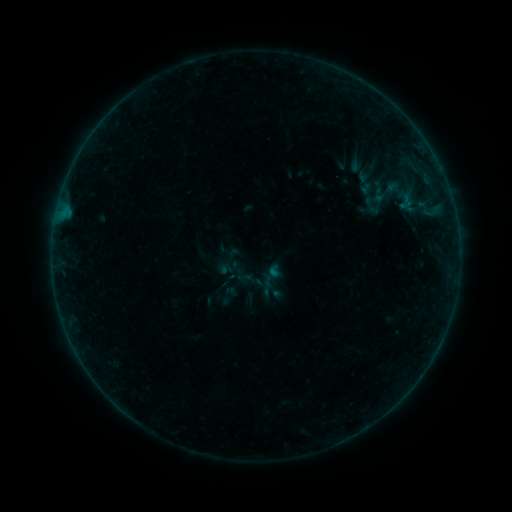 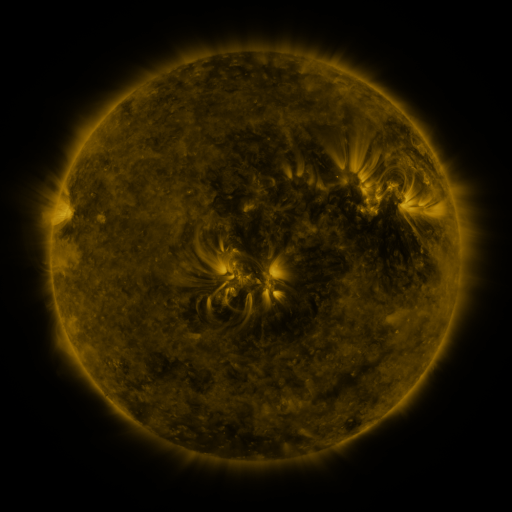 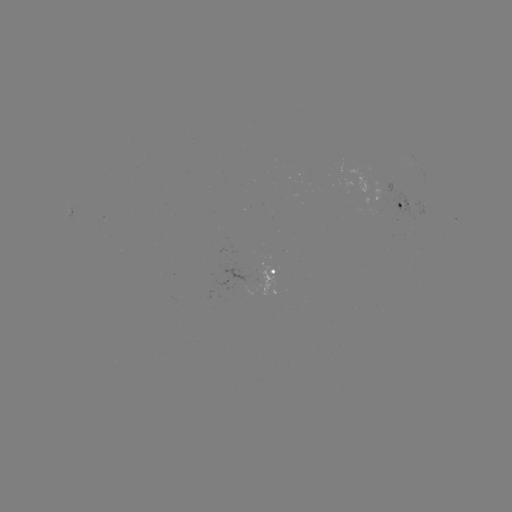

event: sigmoid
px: (367, 188)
